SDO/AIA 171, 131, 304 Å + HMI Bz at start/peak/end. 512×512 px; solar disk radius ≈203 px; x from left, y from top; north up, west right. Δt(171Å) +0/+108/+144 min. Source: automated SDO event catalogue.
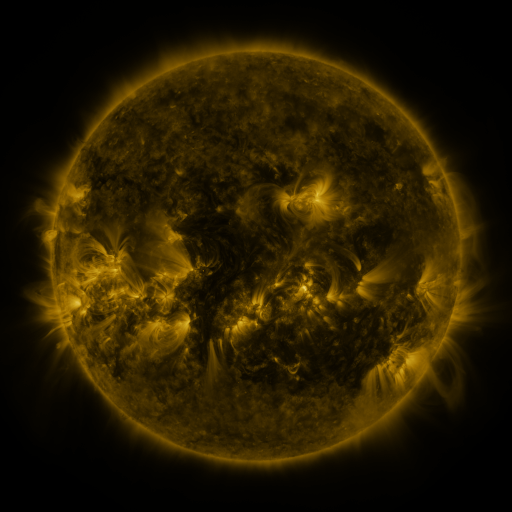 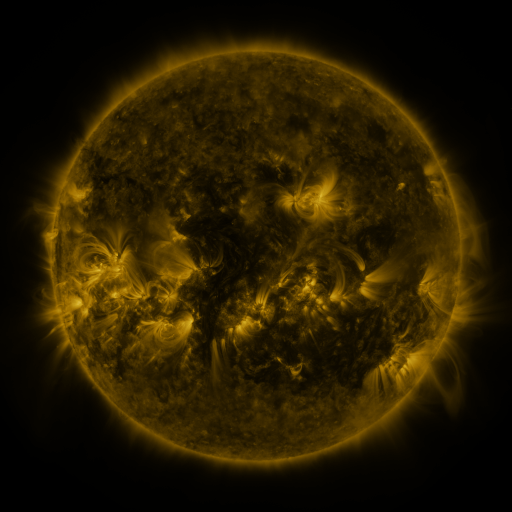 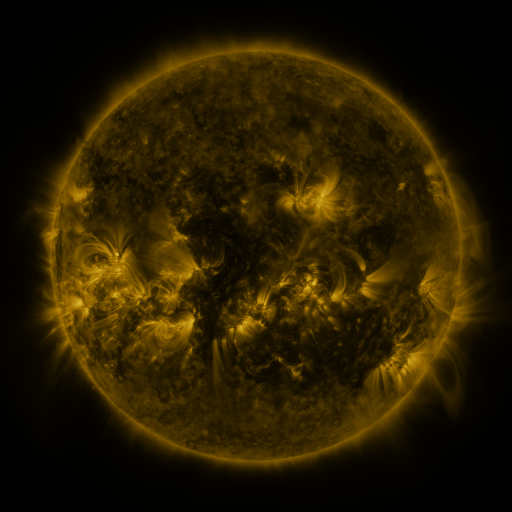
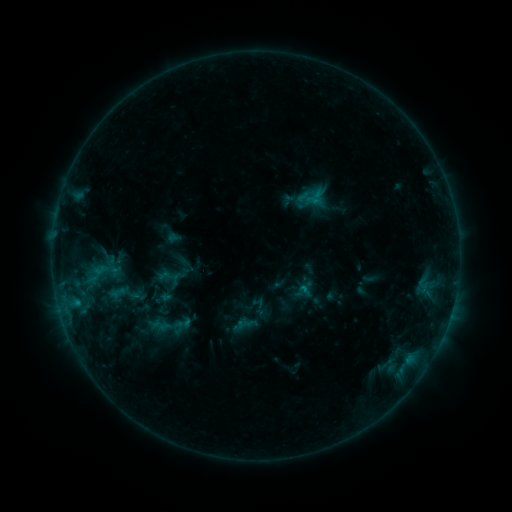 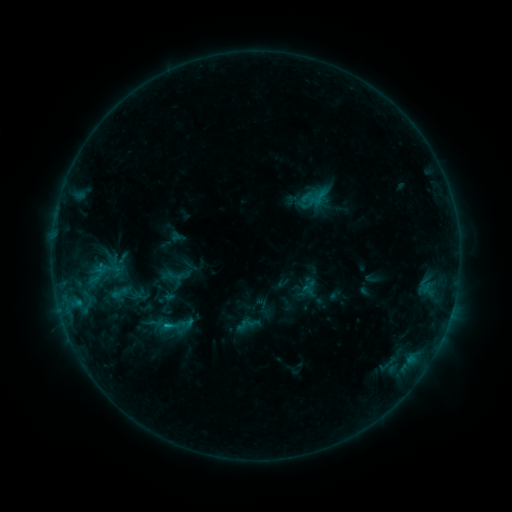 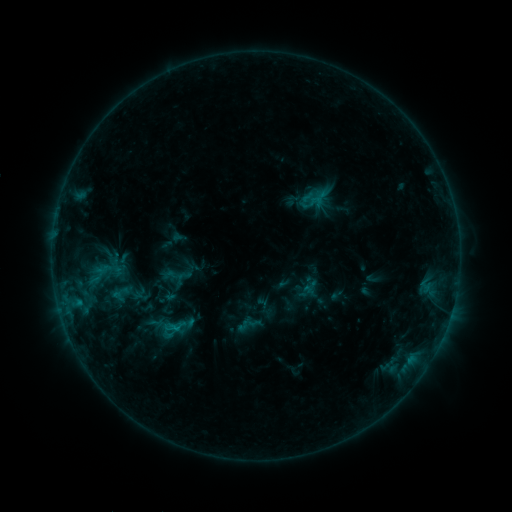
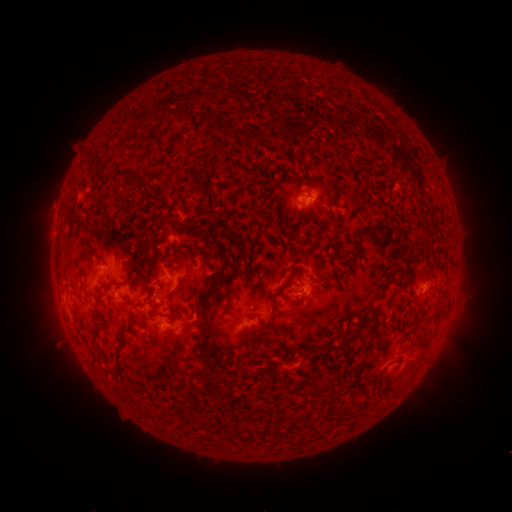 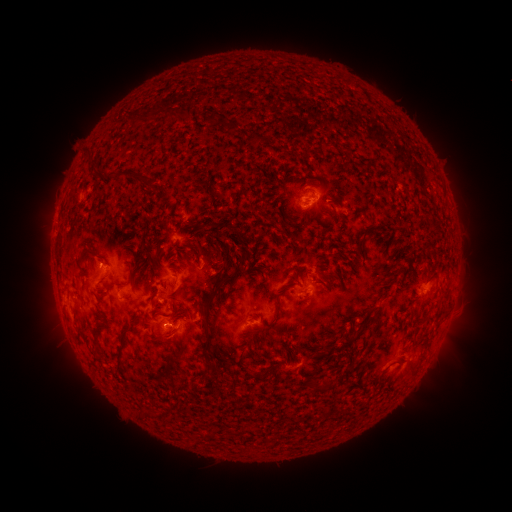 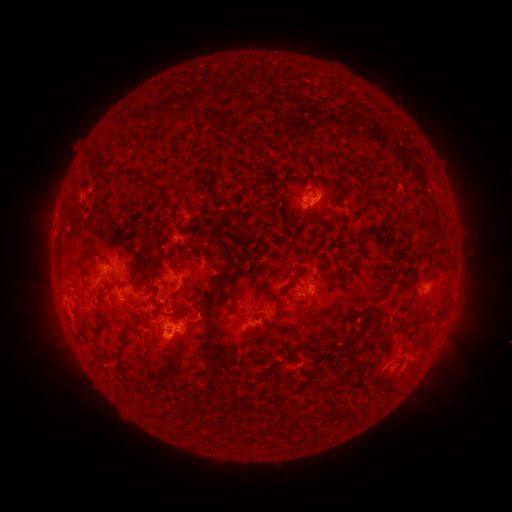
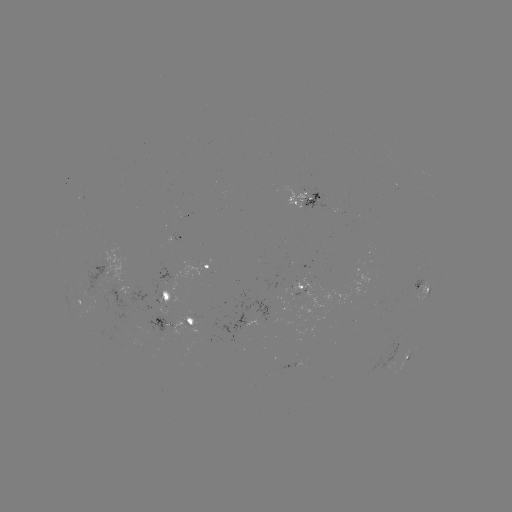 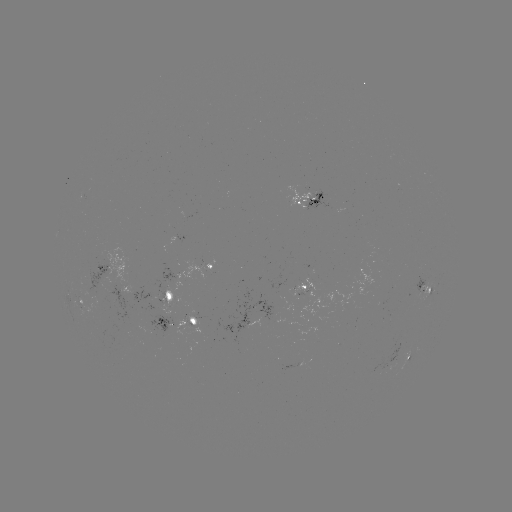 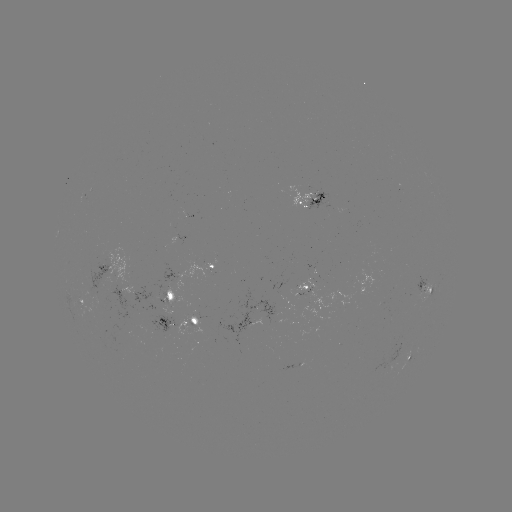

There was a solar emerging-flux region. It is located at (316, 197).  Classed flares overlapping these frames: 1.